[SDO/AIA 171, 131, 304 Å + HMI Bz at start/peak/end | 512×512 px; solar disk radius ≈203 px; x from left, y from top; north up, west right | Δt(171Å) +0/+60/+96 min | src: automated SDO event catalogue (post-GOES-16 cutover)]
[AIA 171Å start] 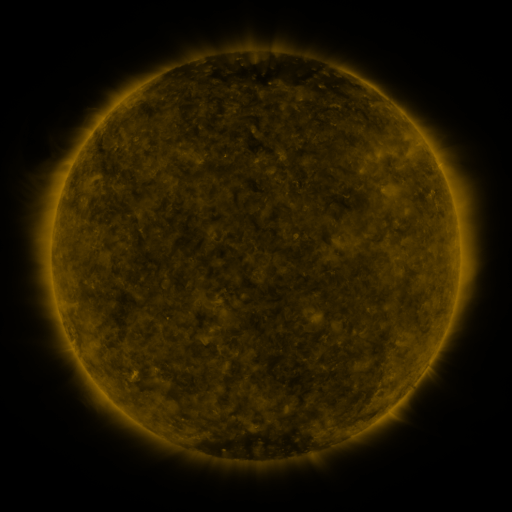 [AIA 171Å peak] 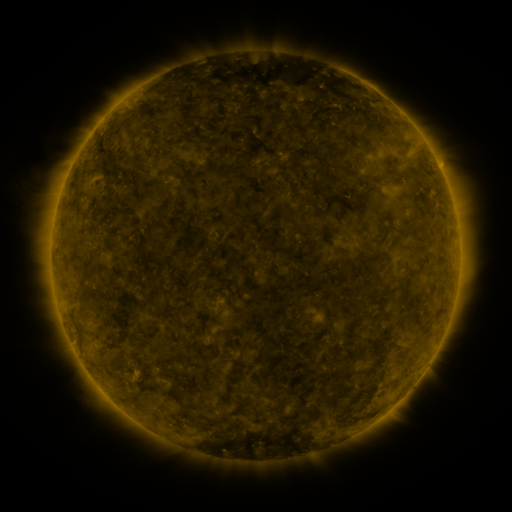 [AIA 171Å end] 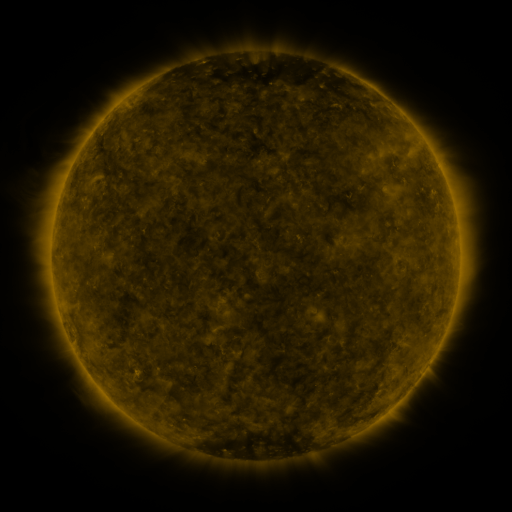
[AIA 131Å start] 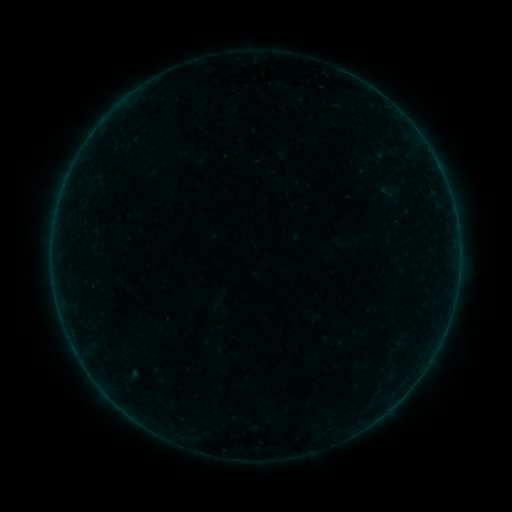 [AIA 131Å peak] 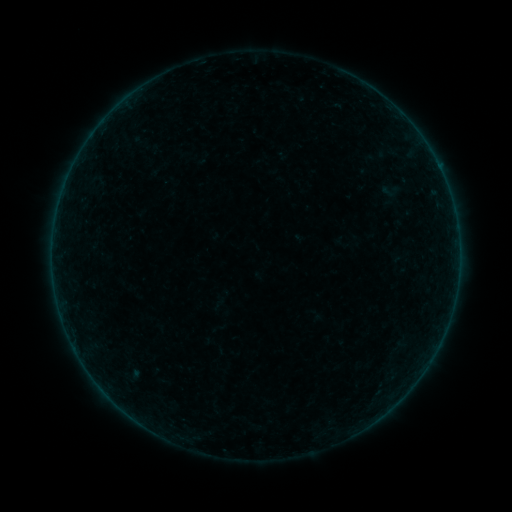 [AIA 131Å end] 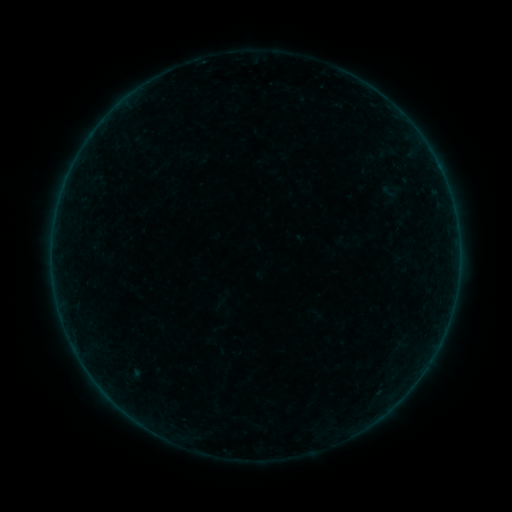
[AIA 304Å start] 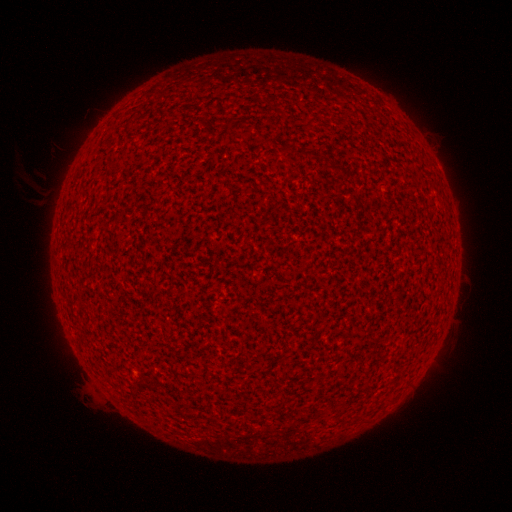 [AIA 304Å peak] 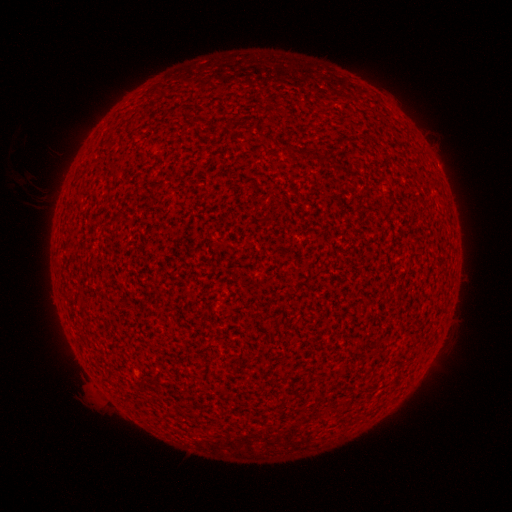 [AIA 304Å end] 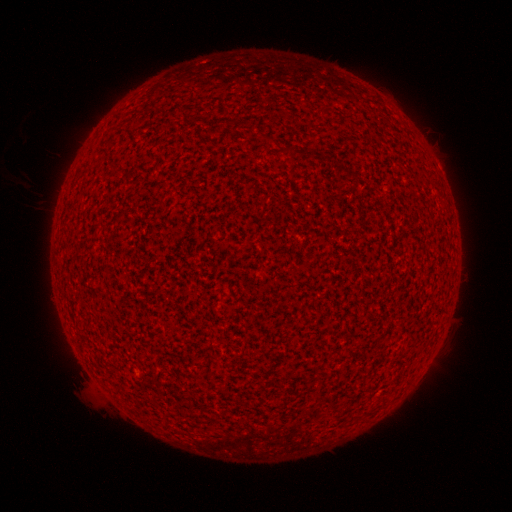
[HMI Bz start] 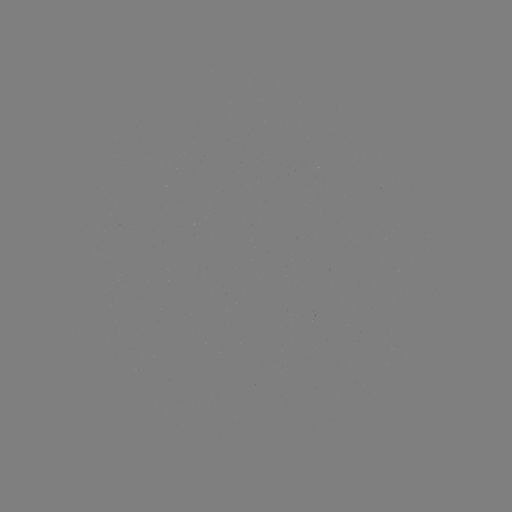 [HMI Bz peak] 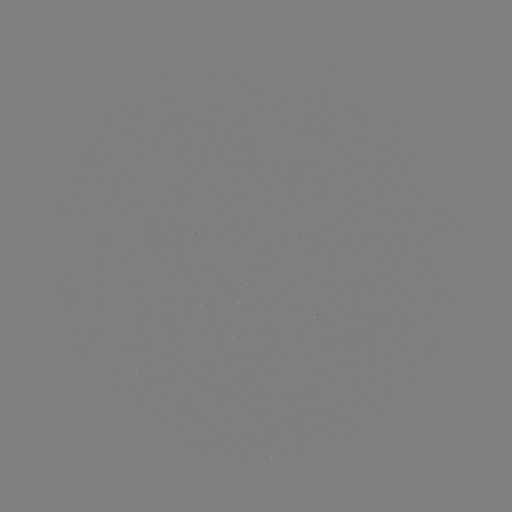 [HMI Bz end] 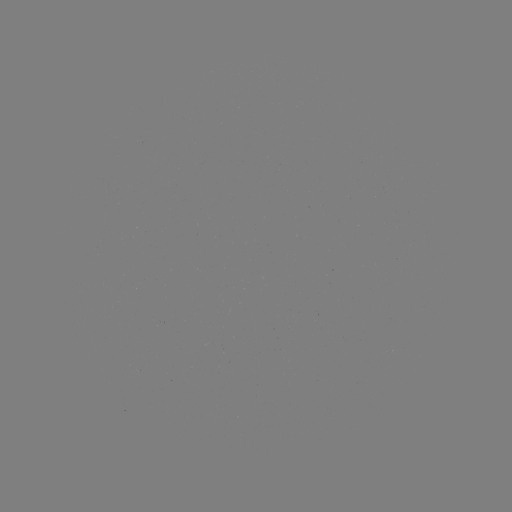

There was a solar flare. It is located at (440, 170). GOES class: A2.0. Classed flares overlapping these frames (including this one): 1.